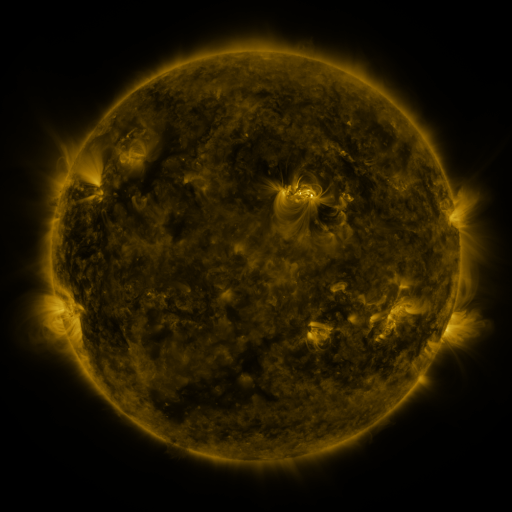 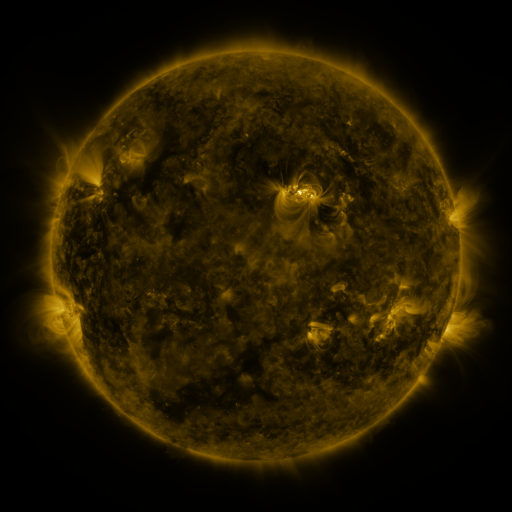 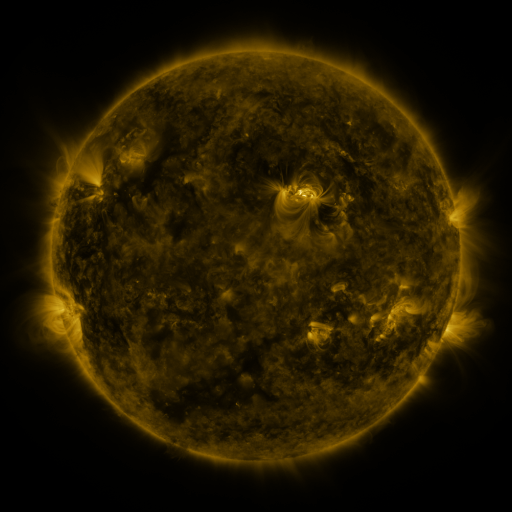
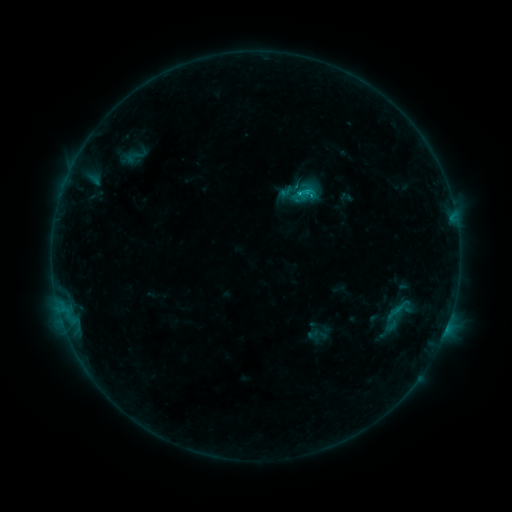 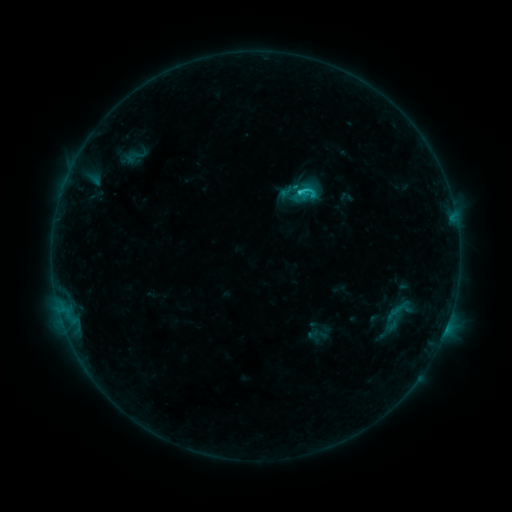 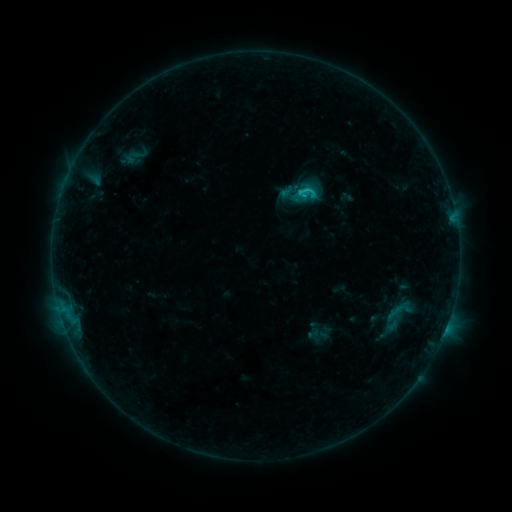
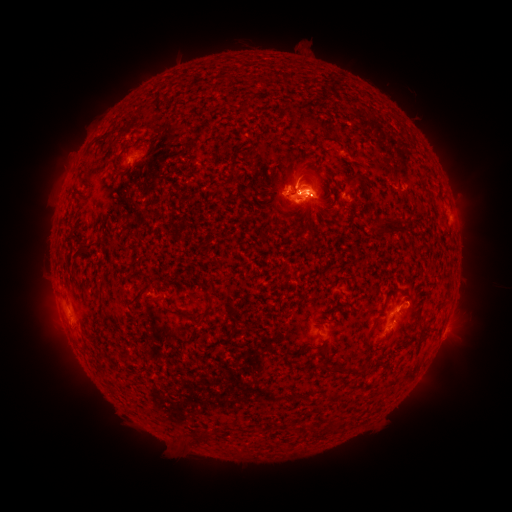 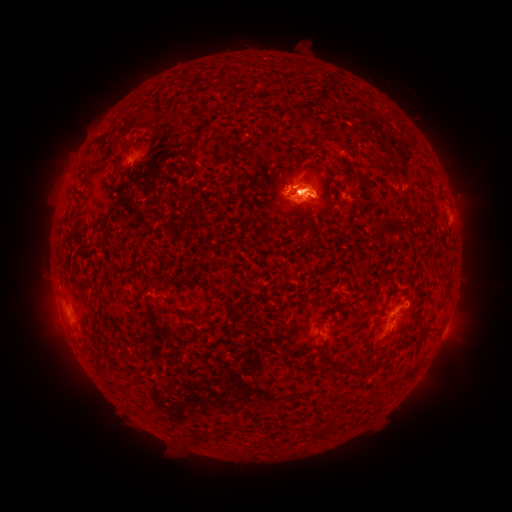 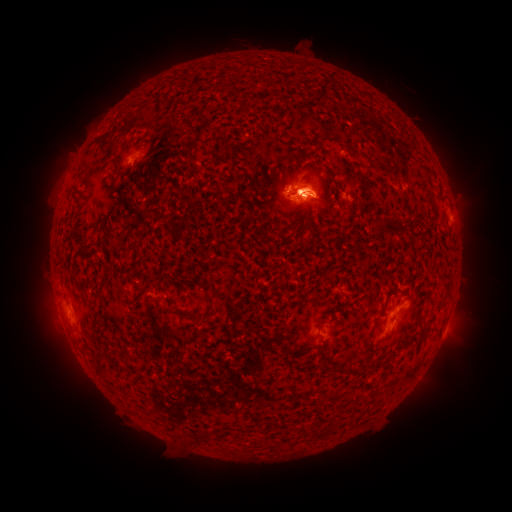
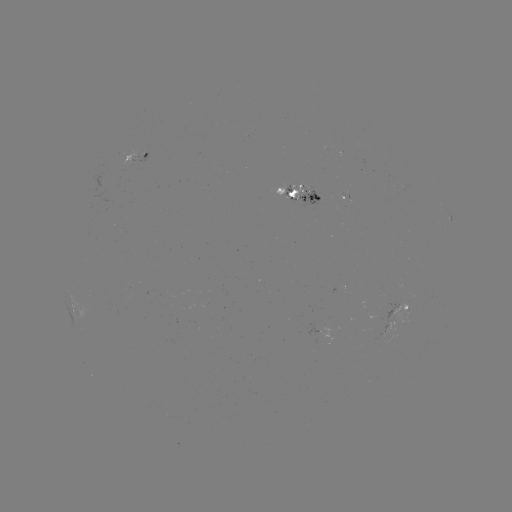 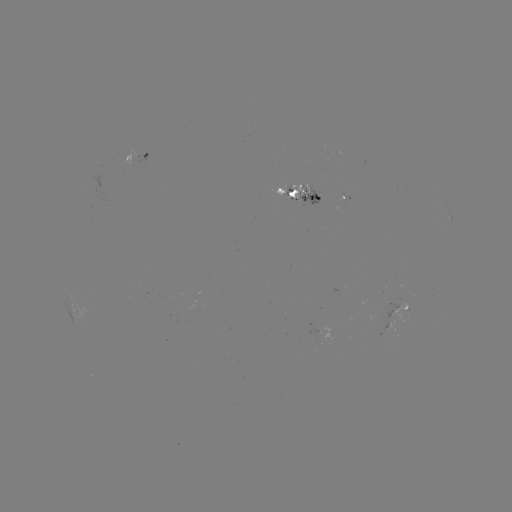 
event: flare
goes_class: C1.3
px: (310, 193)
